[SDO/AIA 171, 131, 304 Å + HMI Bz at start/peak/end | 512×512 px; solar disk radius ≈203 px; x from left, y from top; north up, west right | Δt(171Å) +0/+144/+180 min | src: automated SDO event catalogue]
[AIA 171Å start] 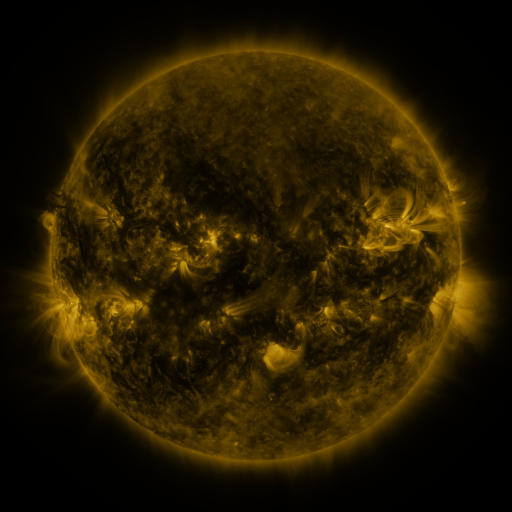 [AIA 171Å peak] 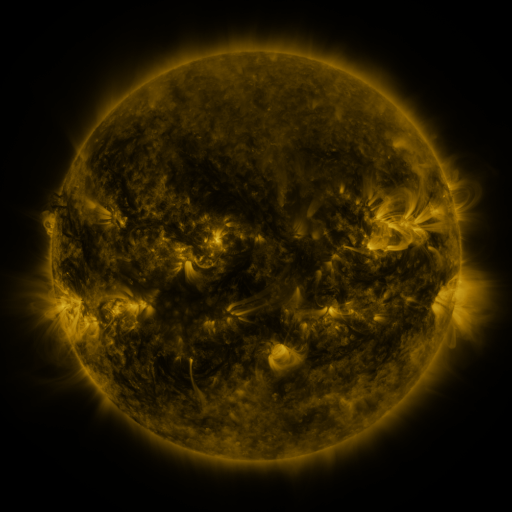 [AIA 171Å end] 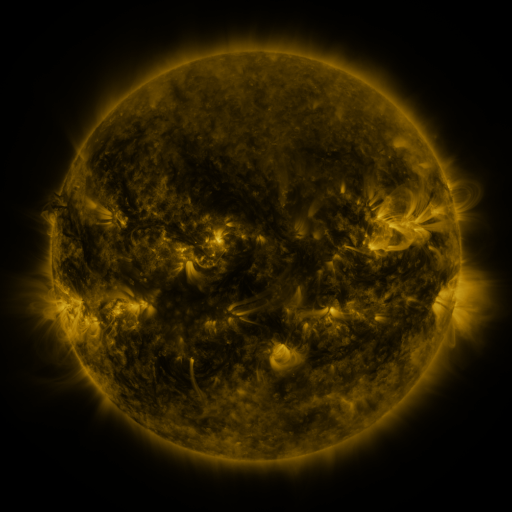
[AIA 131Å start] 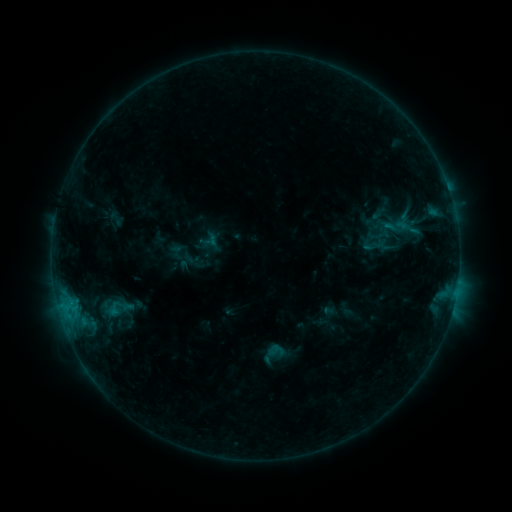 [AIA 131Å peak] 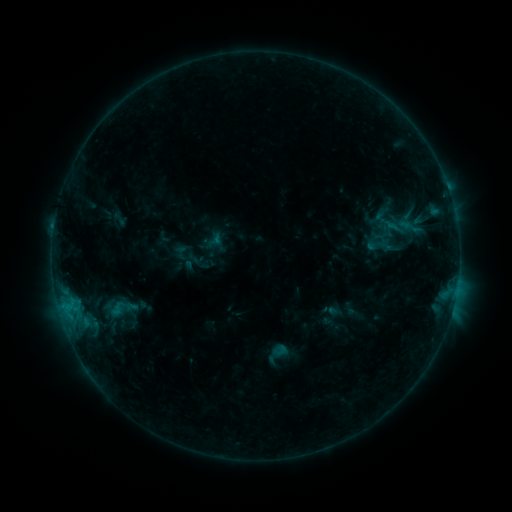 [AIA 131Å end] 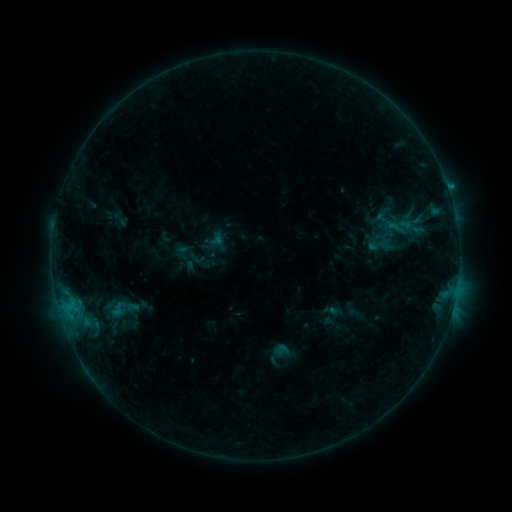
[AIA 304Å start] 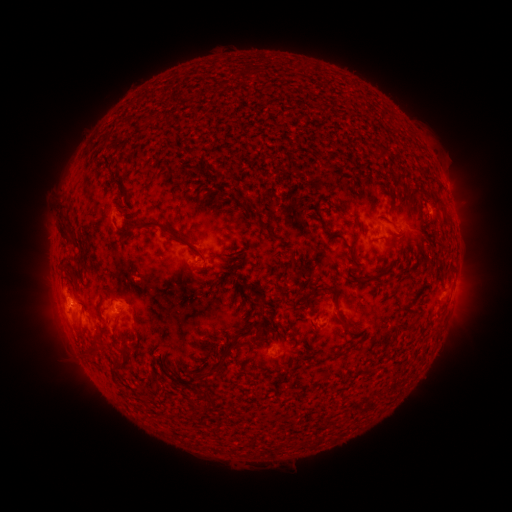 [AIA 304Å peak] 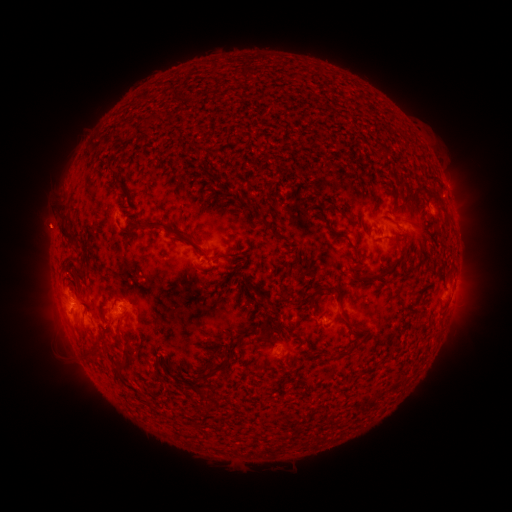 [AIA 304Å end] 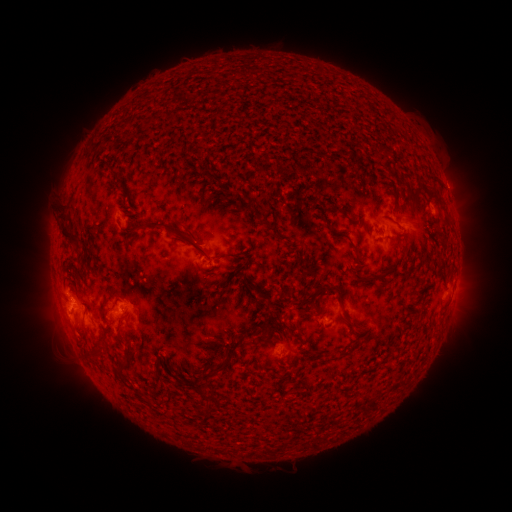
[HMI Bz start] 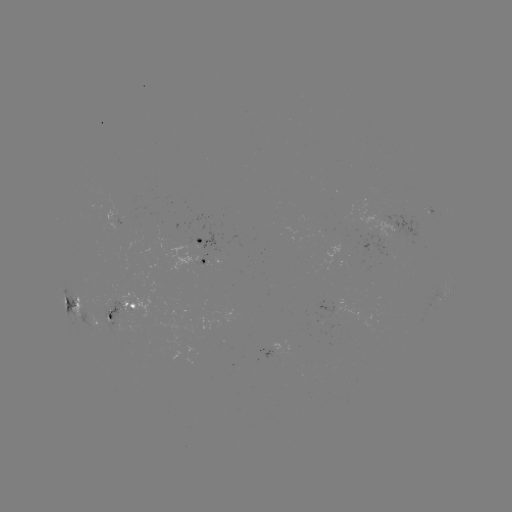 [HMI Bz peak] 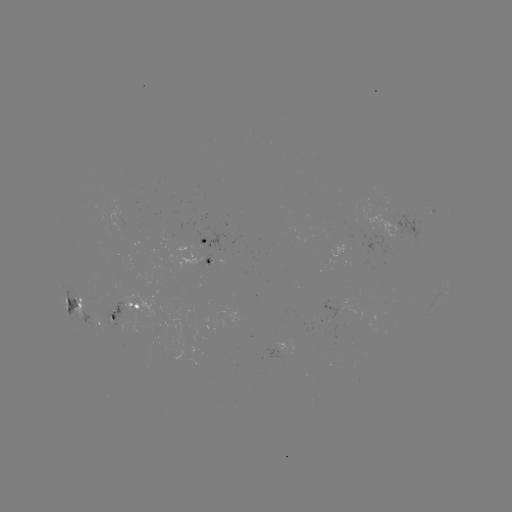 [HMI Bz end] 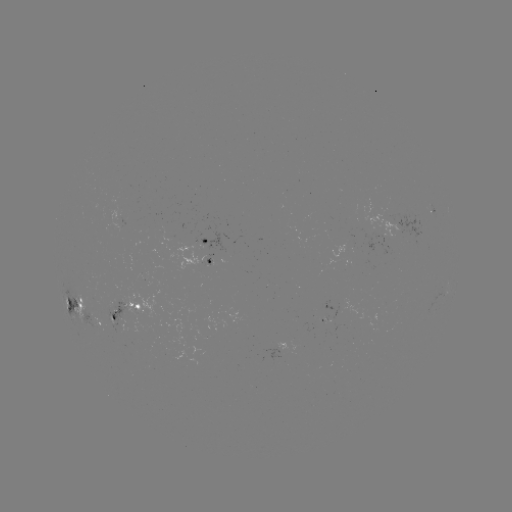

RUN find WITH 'emerging-flux region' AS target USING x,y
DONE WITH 330,323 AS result